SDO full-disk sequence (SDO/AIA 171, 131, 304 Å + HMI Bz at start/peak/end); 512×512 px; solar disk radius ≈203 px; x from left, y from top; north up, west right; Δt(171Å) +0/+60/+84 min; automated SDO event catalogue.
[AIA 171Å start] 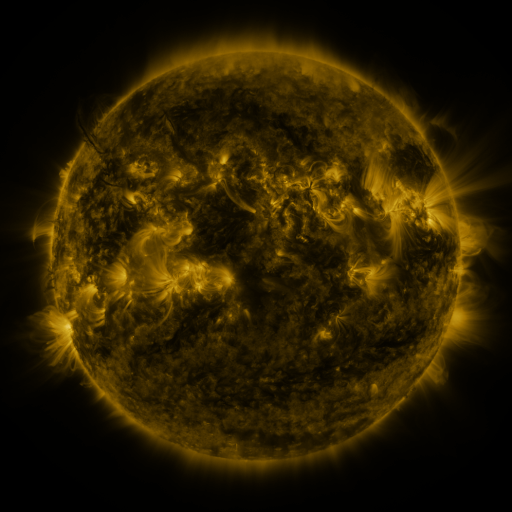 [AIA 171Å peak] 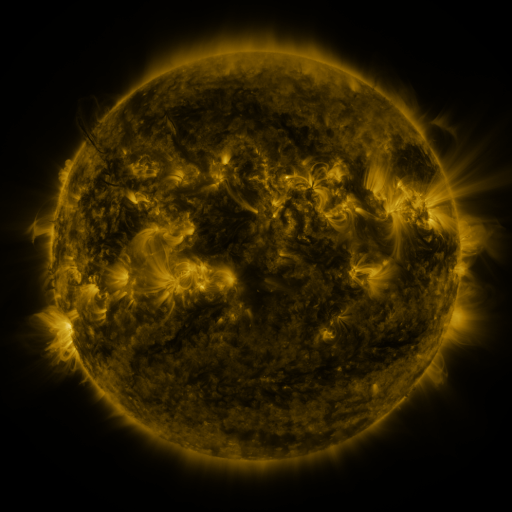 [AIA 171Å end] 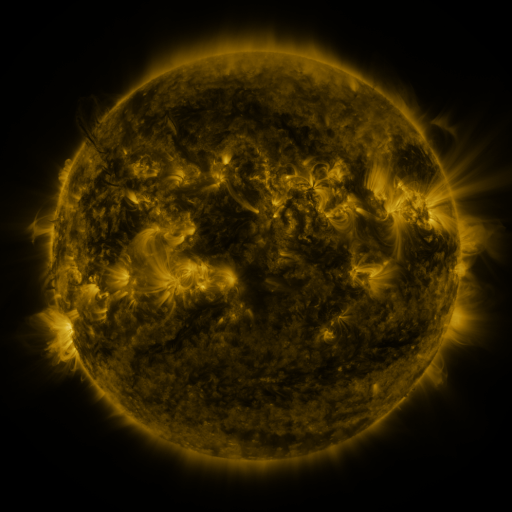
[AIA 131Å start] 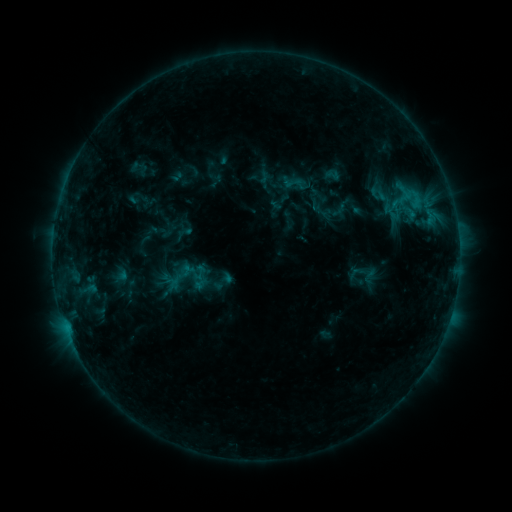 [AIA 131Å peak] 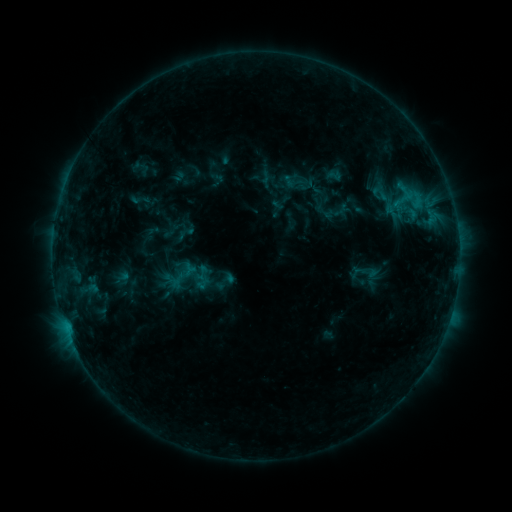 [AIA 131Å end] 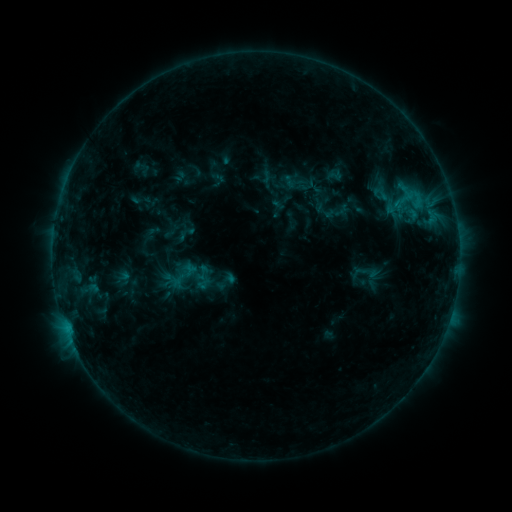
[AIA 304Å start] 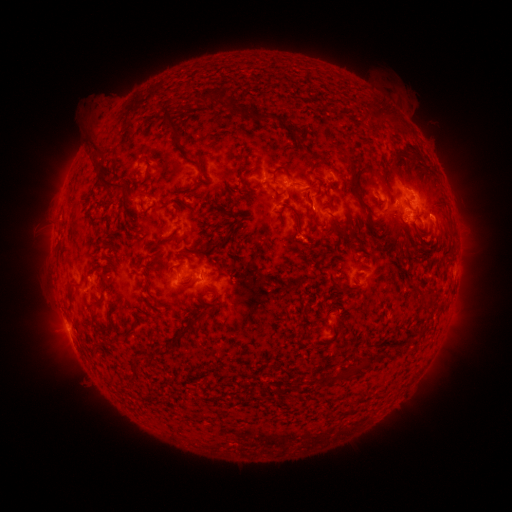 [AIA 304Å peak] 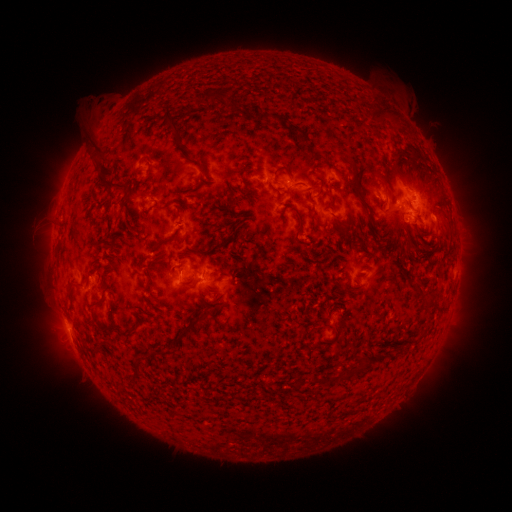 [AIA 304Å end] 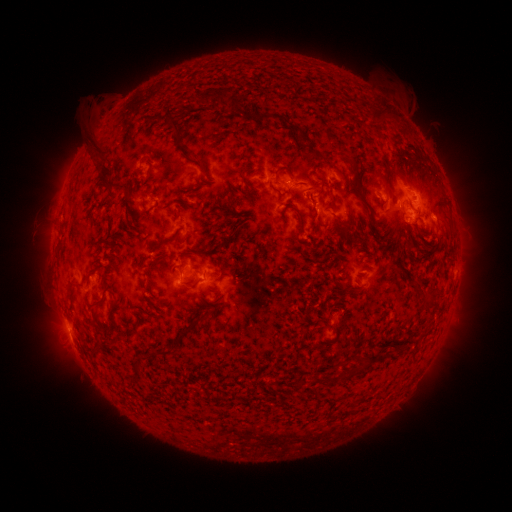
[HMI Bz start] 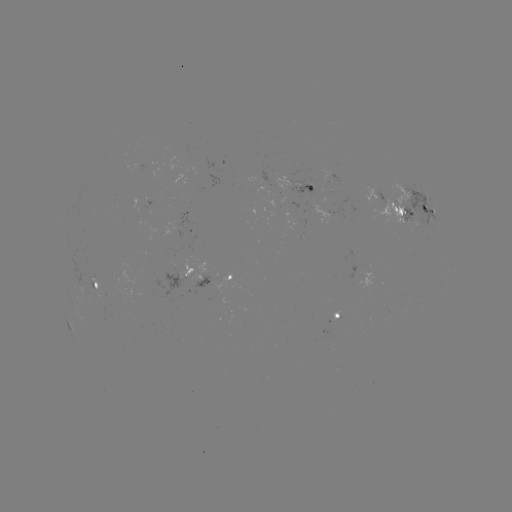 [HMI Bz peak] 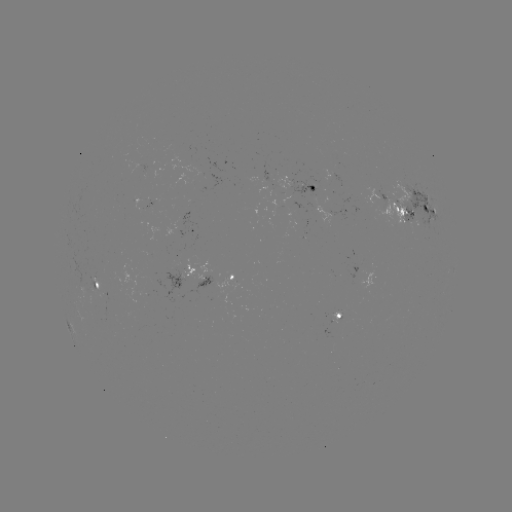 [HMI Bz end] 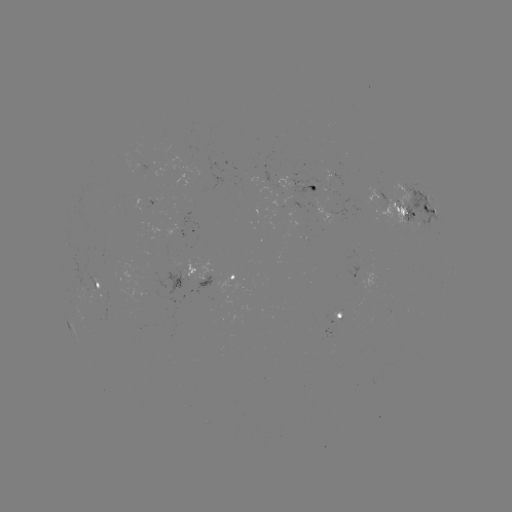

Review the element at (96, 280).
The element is emerging-flux region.